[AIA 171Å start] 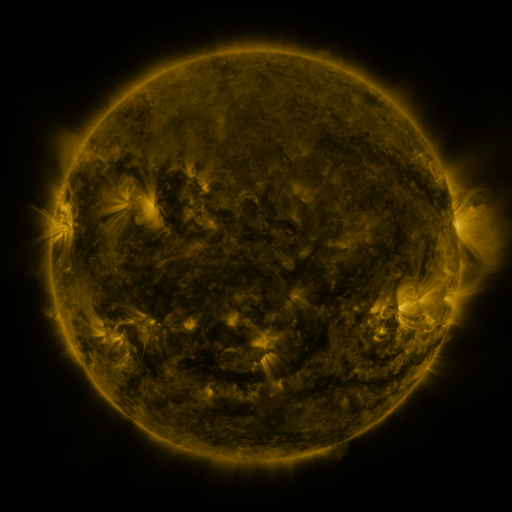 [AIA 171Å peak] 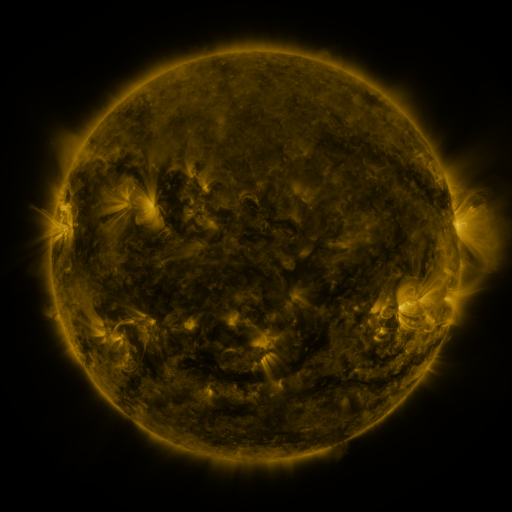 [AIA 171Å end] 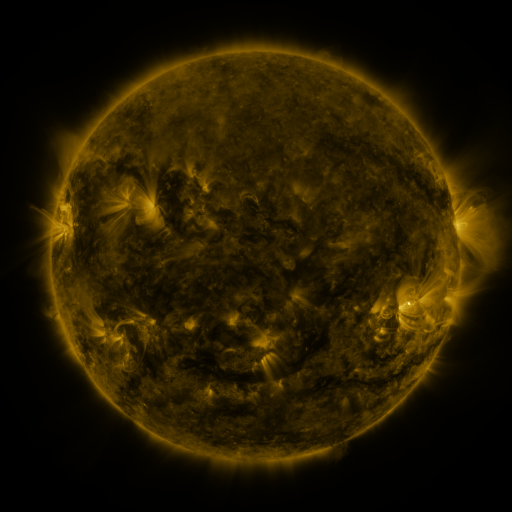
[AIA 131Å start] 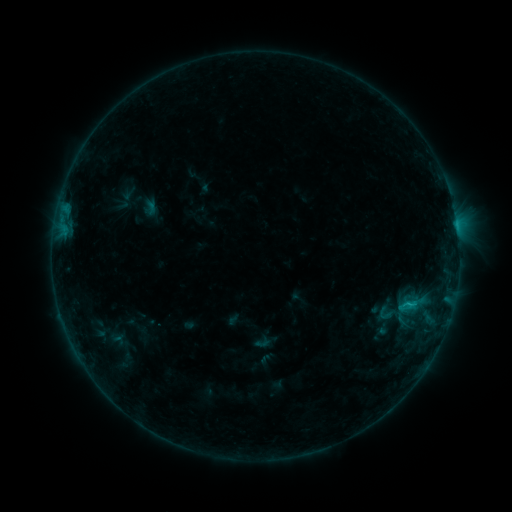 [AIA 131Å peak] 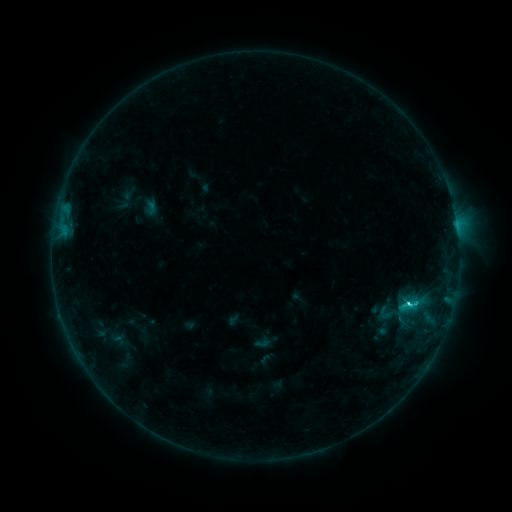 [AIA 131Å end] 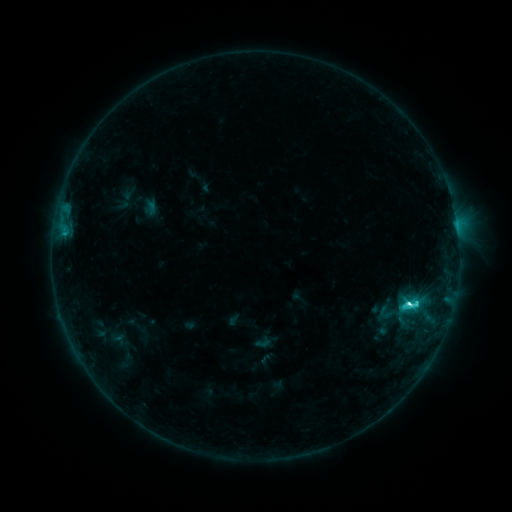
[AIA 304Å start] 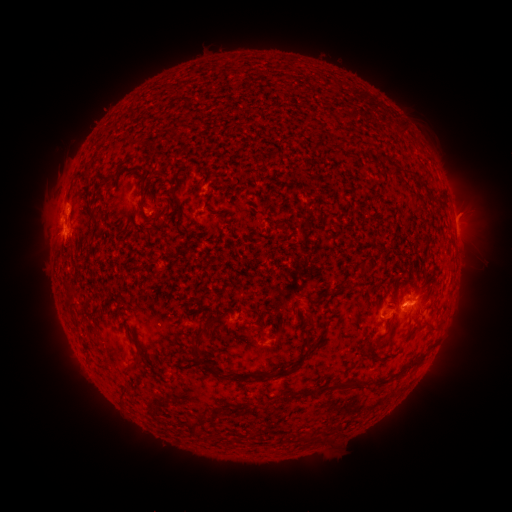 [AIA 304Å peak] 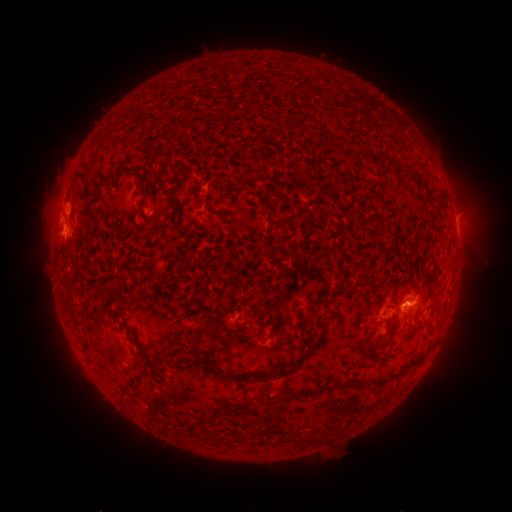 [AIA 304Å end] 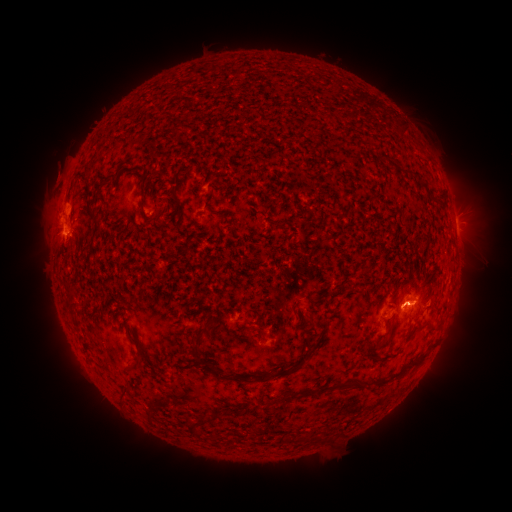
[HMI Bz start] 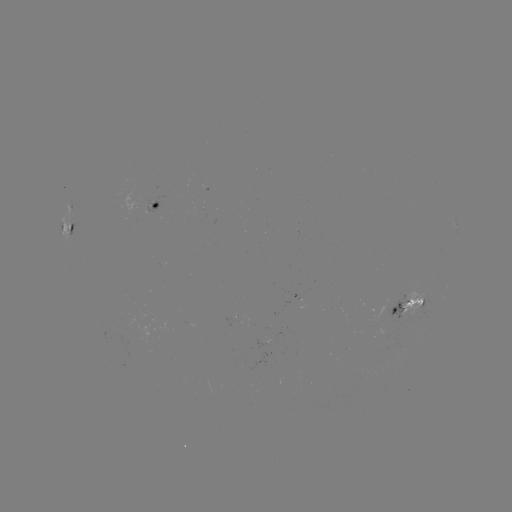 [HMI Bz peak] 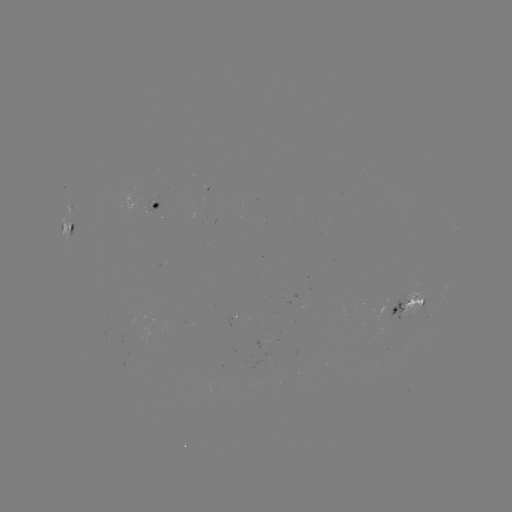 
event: flare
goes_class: C4.8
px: (408, 304)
